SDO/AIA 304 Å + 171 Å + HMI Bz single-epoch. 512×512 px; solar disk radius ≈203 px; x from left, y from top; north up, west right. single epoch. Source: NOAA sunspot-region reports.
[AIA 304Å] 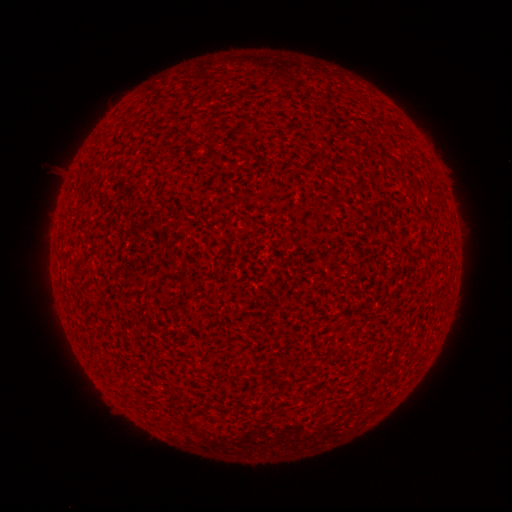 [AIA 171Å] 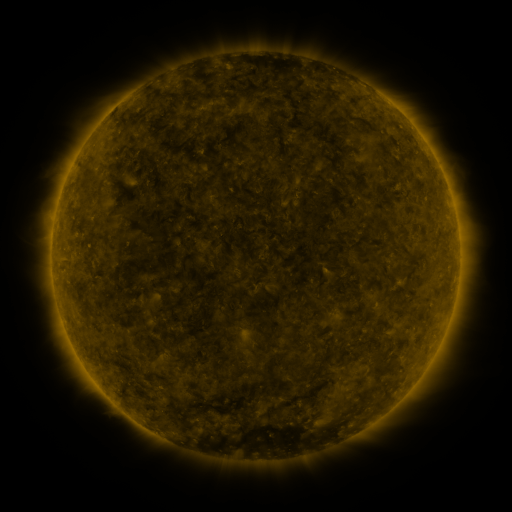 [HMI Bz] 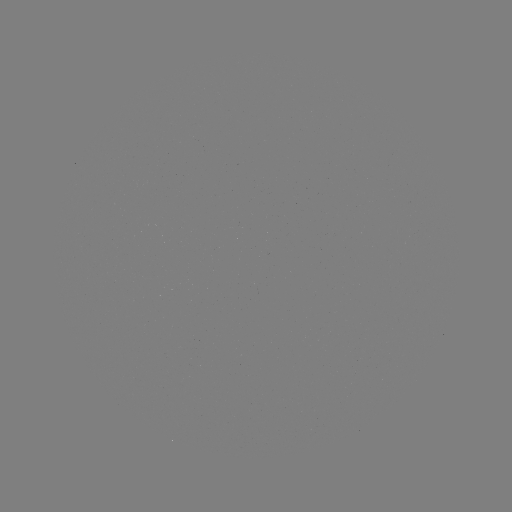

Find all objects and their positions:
(none)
